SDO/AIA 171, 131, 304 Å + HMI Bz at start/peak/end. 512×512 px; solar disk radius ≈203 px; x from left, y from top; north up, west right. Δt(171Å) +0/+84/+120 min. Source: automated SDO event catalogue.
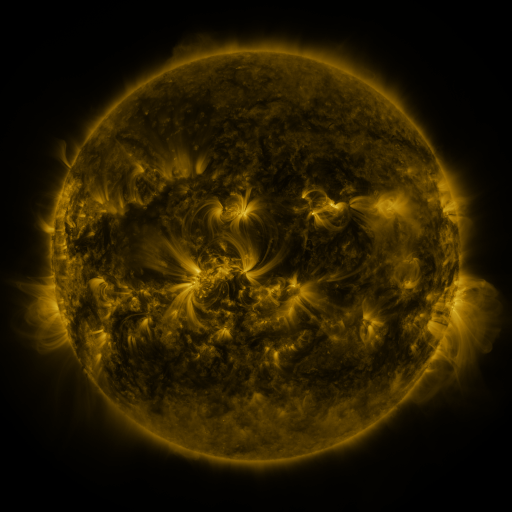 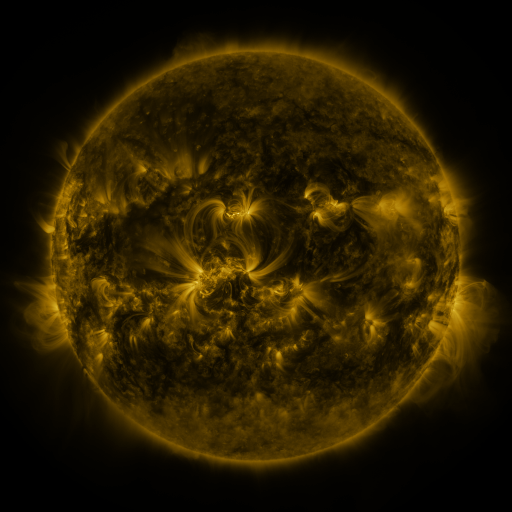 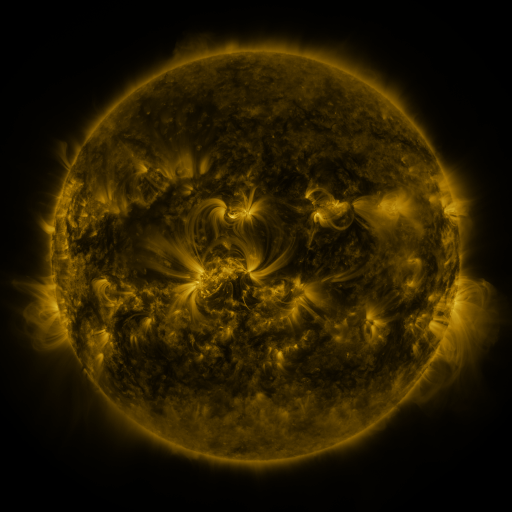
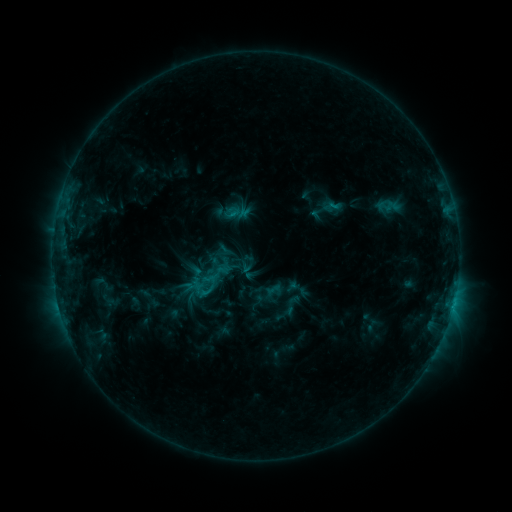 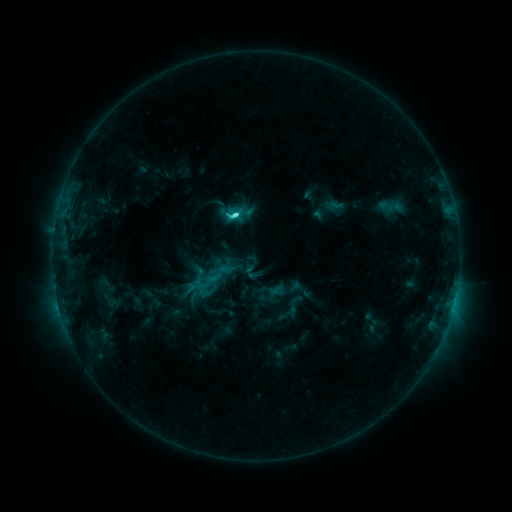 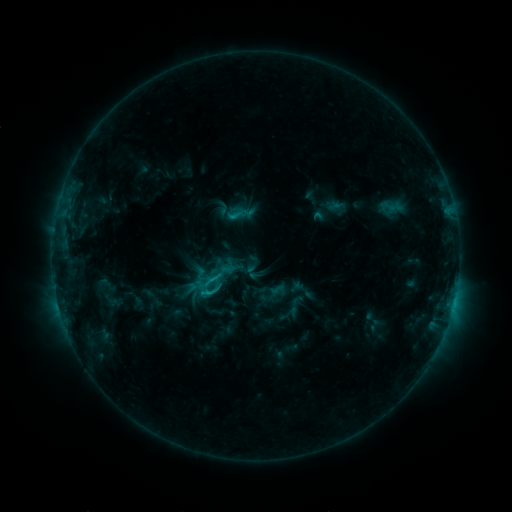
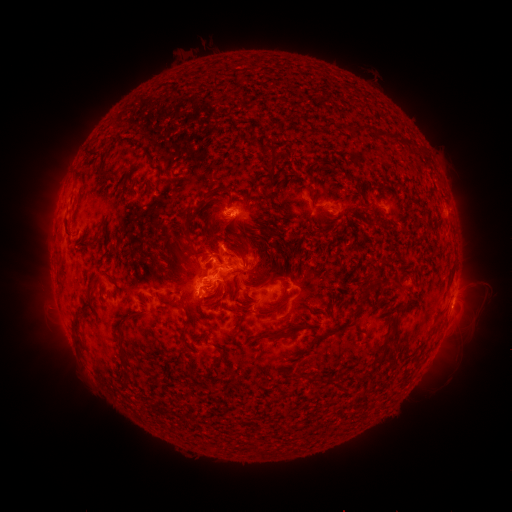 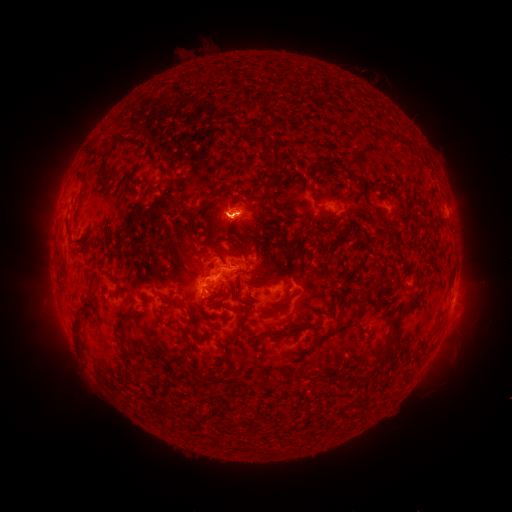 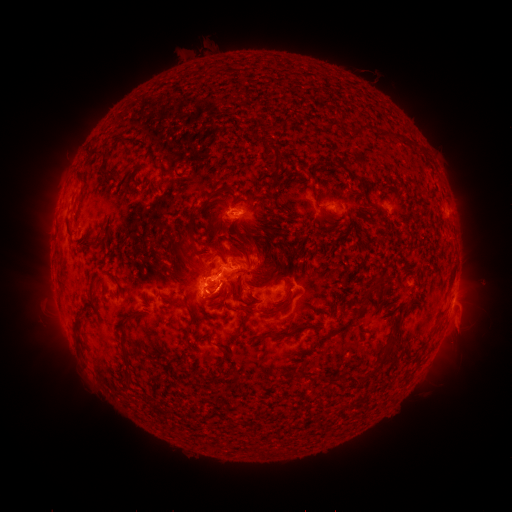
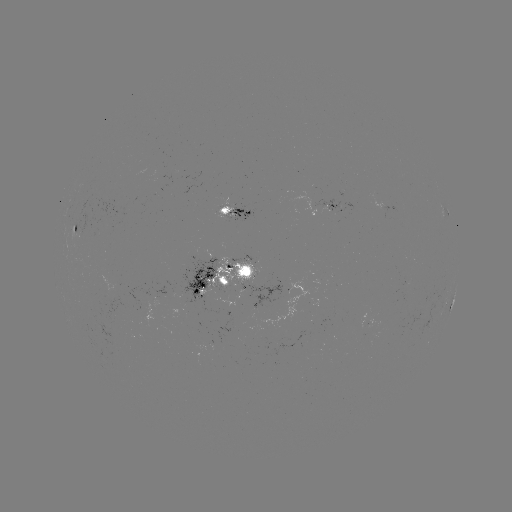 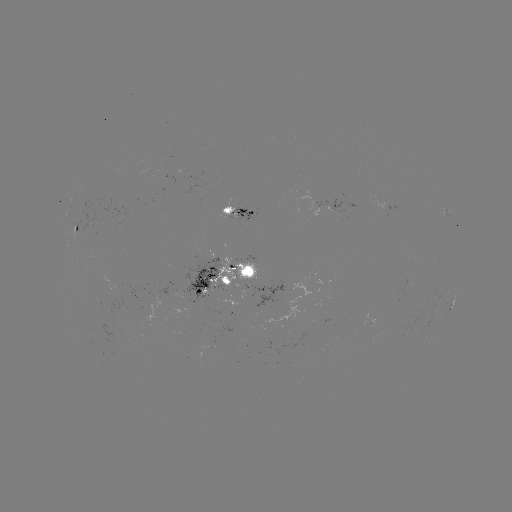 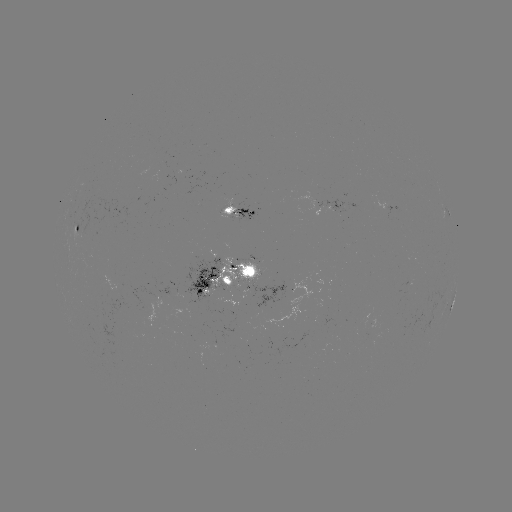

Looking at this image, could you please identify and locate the emerging-flux region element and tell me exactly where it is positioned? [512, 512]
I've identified emerging-flux region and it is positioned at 228,215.